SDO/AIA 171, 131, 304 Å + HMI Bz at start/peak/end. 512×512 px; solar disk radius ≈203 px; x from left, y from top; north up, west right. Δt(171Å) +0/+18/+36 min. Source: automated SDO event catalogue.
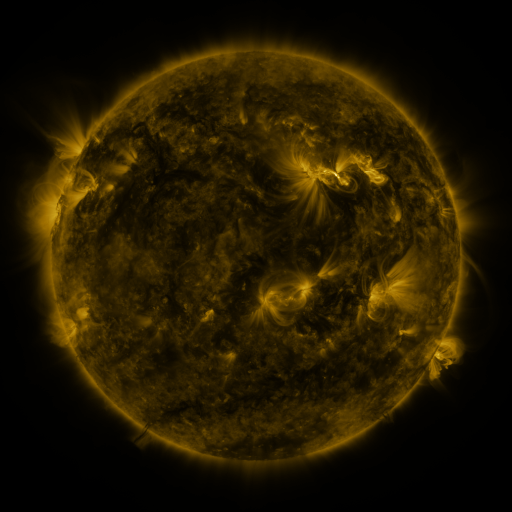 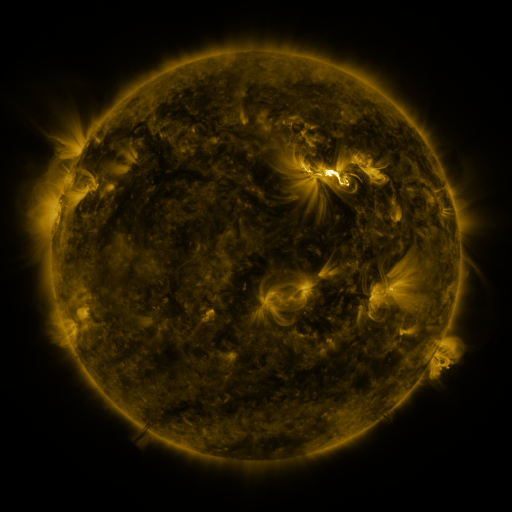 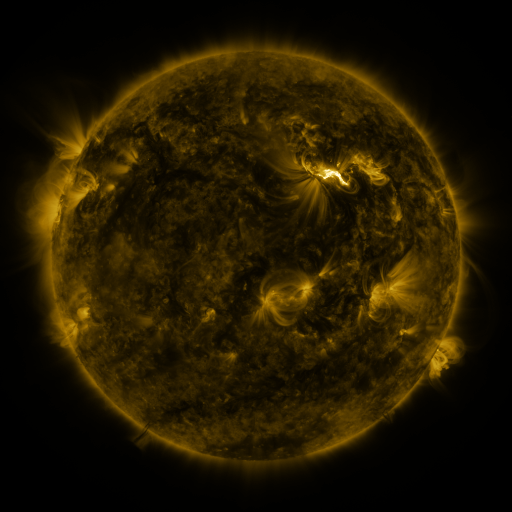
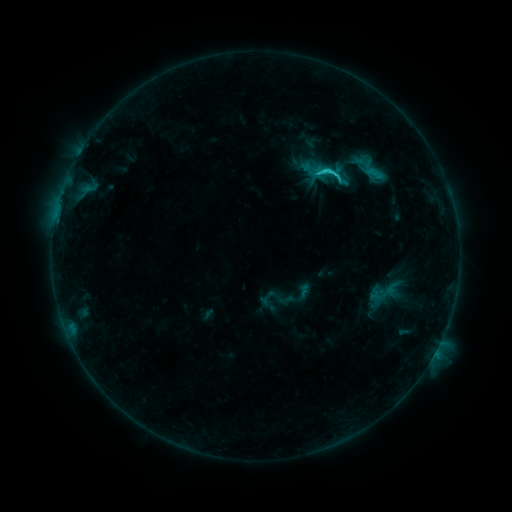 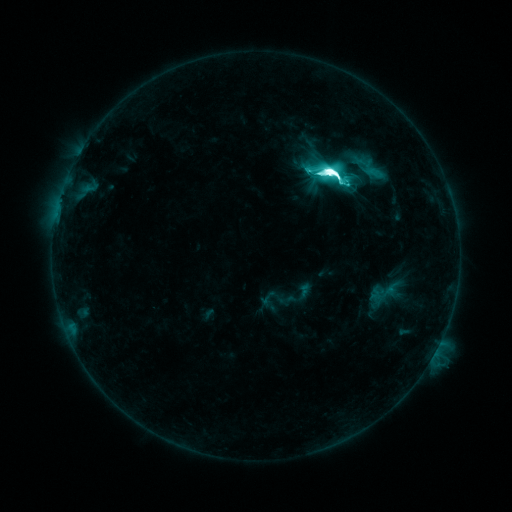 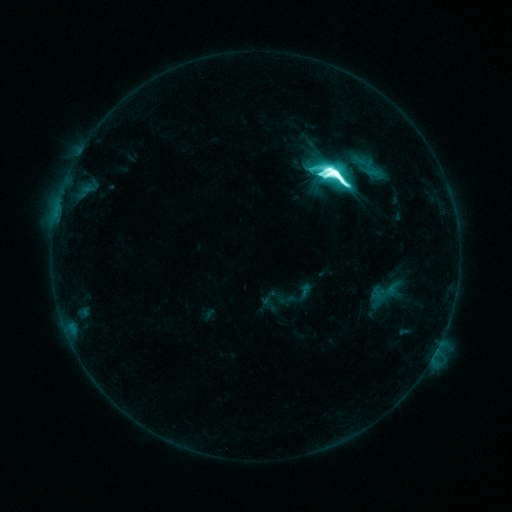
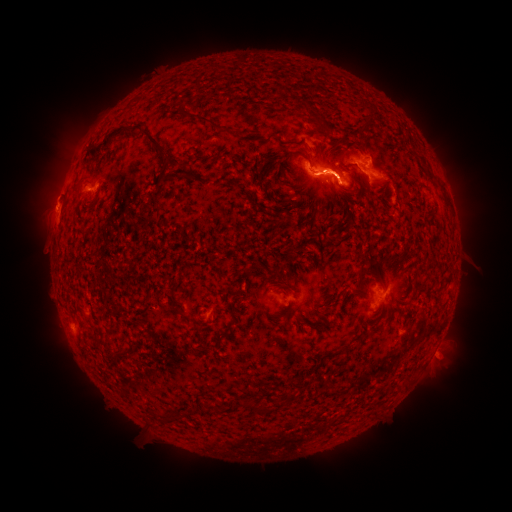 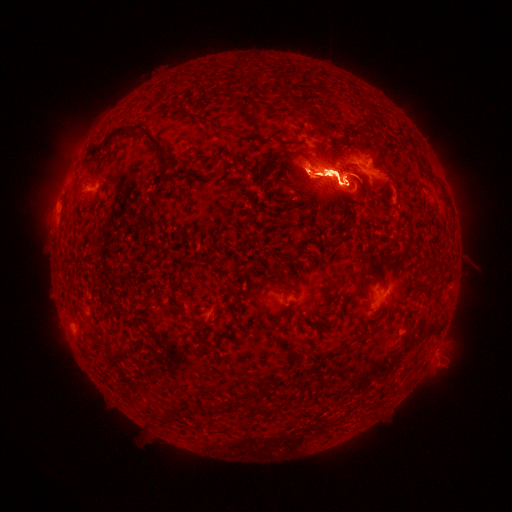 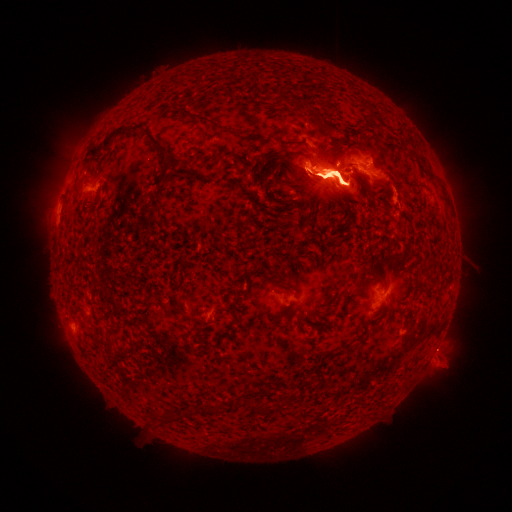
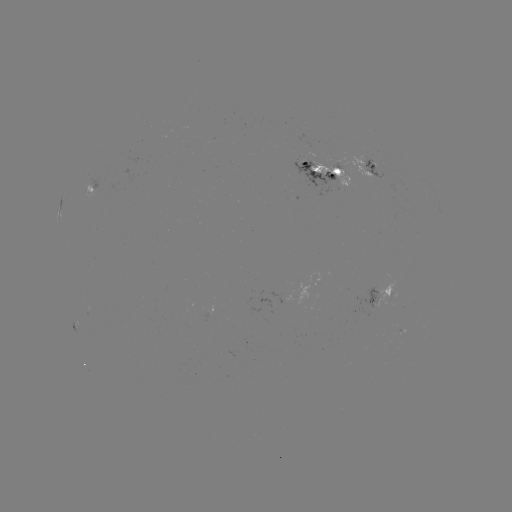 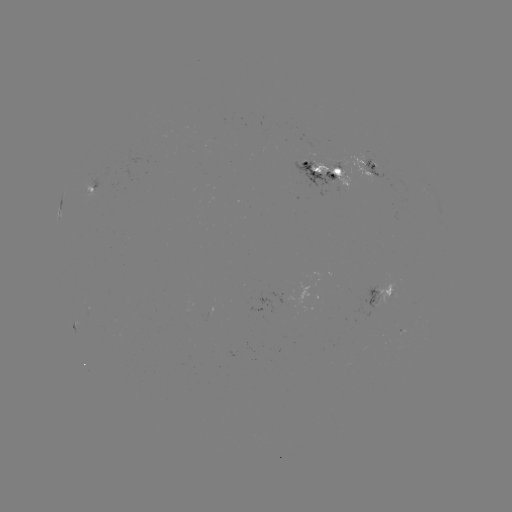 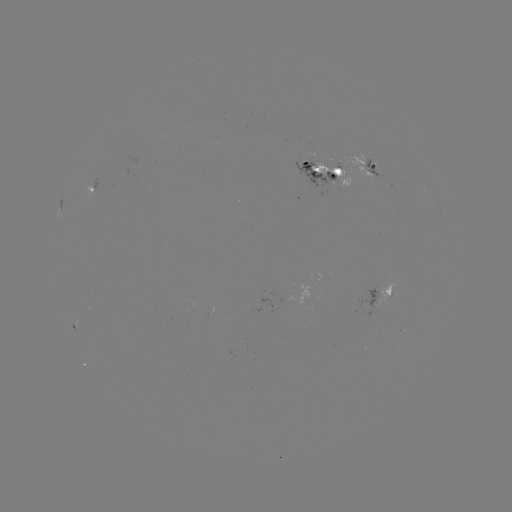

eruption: <bbox>304, 101, 354, 127</bbox>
